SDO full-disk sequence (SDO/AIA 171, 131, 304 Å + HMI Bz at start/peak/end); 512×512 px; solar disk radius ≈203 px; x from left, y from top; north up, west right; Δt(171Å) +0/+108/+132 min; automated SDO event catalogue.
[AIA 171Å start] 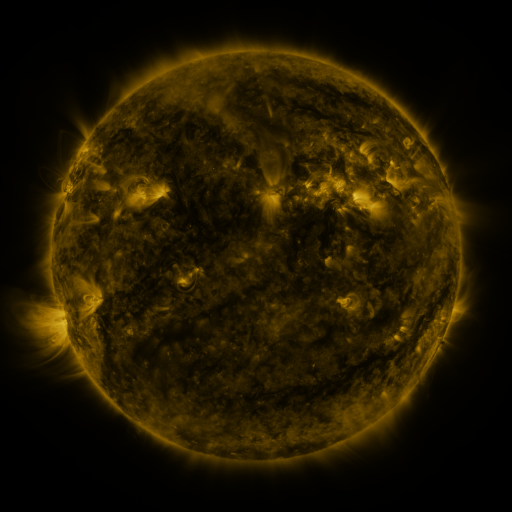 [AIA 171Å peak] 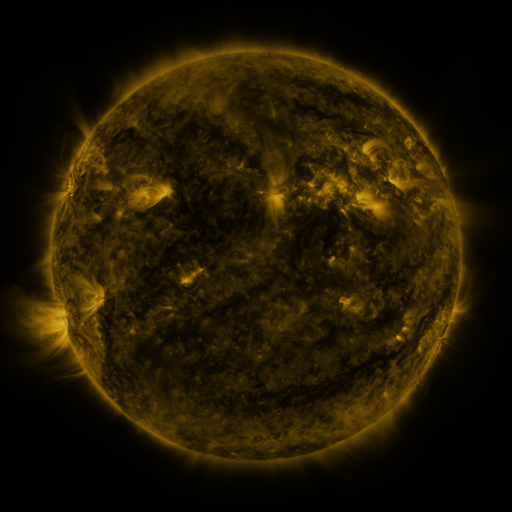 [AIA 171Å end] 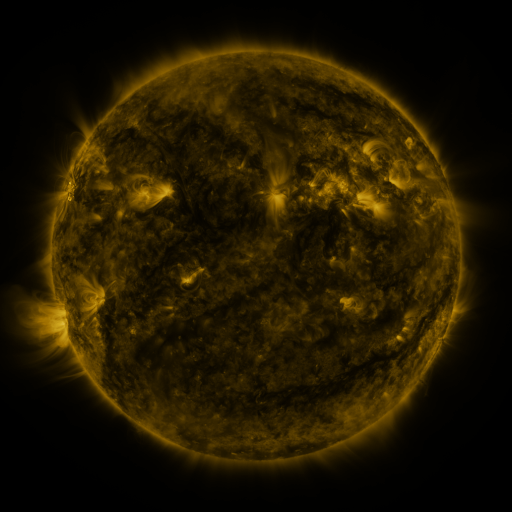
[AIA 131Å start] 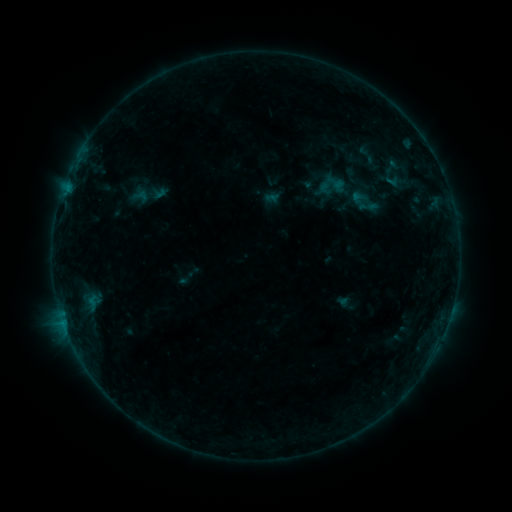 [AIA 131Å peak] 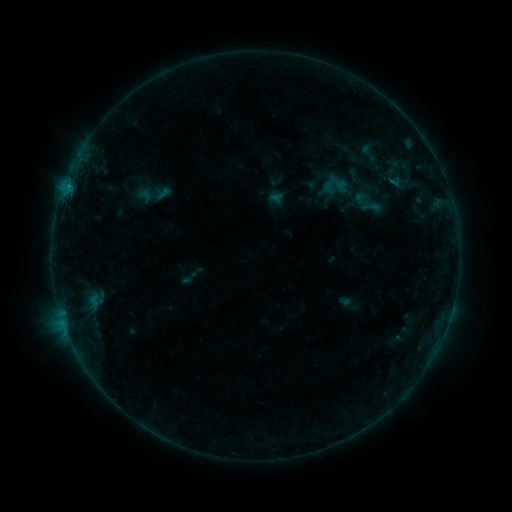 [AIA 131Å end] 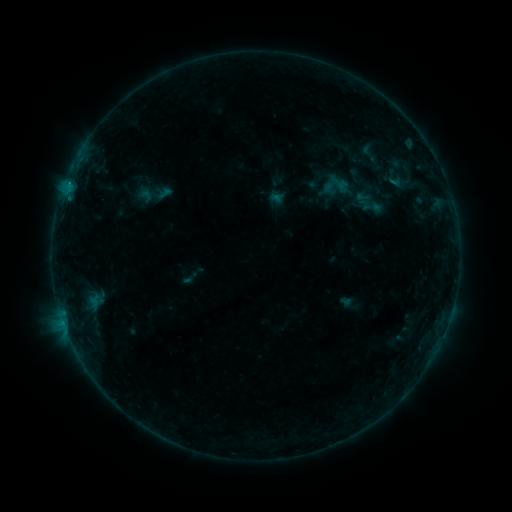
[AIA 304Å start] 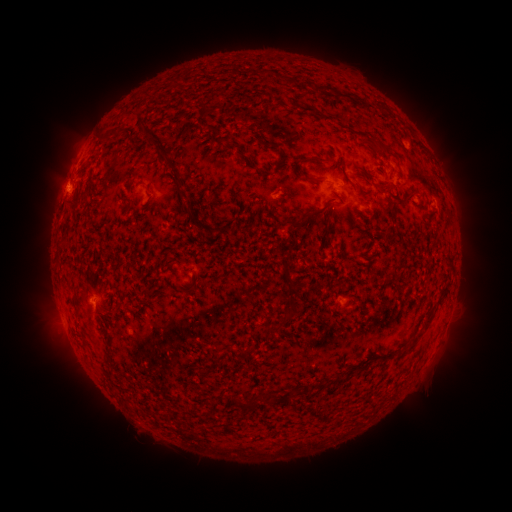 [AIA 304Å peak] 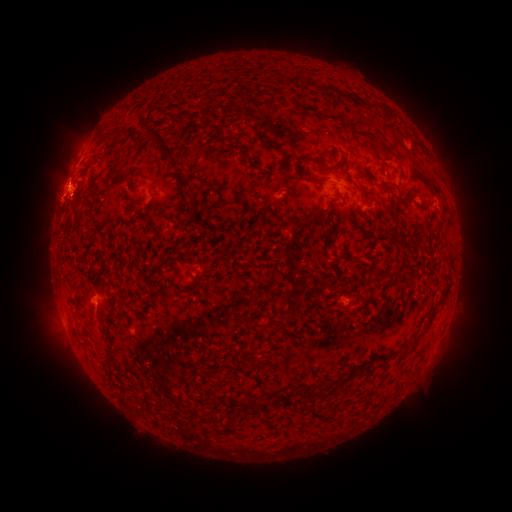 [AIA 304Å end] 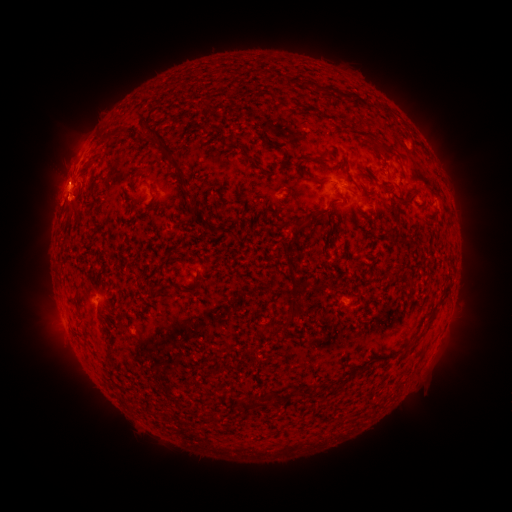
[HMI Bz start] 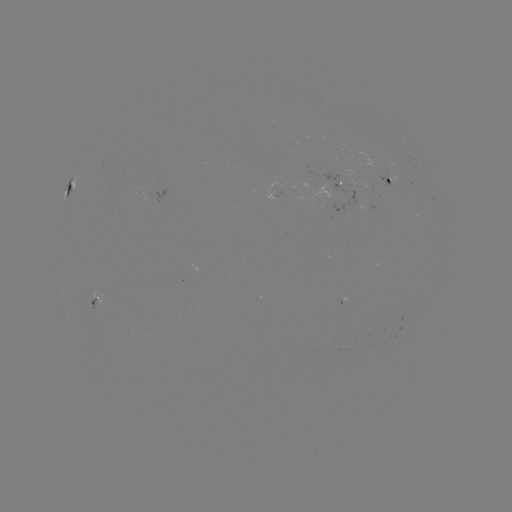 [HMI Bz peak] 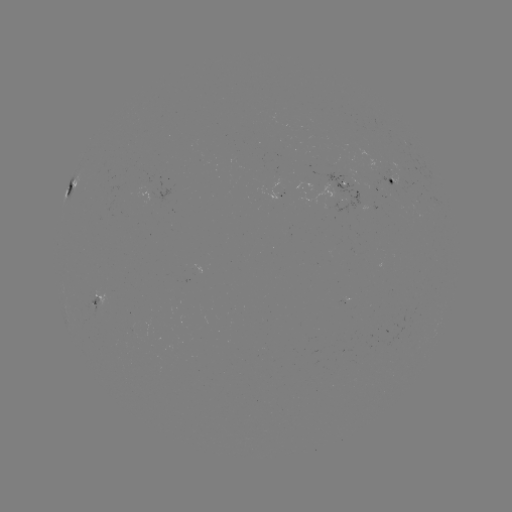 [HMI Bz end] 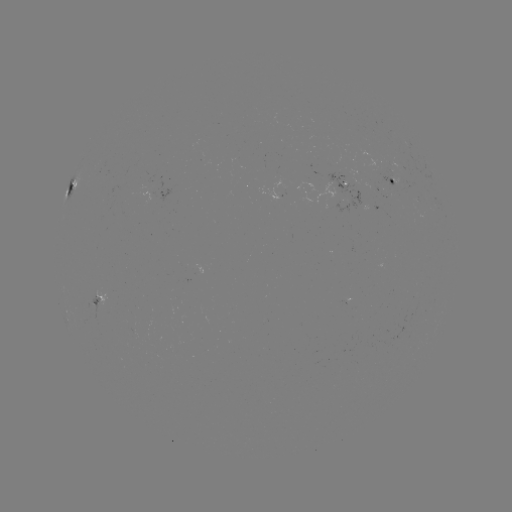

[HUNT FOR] emerging-flux region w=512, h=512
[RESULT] [389, 171]